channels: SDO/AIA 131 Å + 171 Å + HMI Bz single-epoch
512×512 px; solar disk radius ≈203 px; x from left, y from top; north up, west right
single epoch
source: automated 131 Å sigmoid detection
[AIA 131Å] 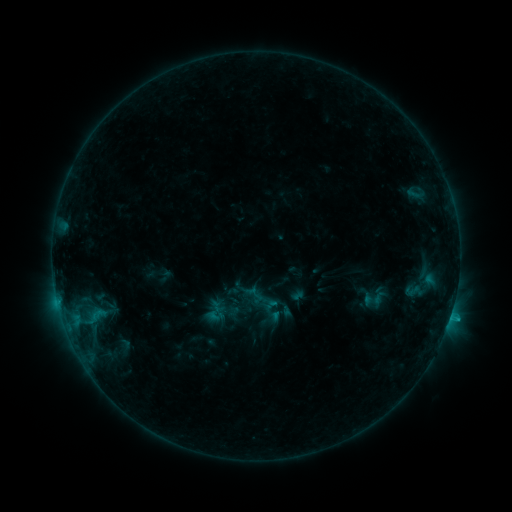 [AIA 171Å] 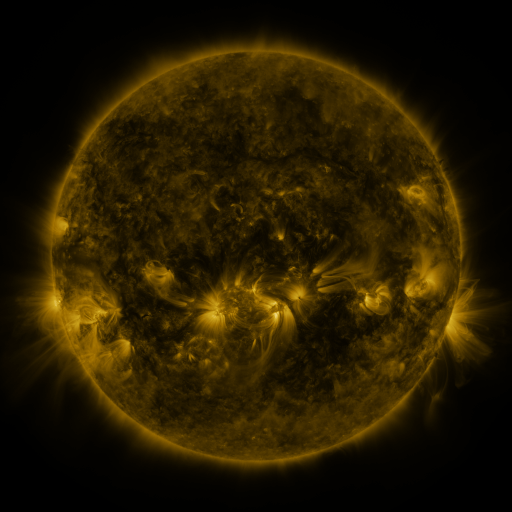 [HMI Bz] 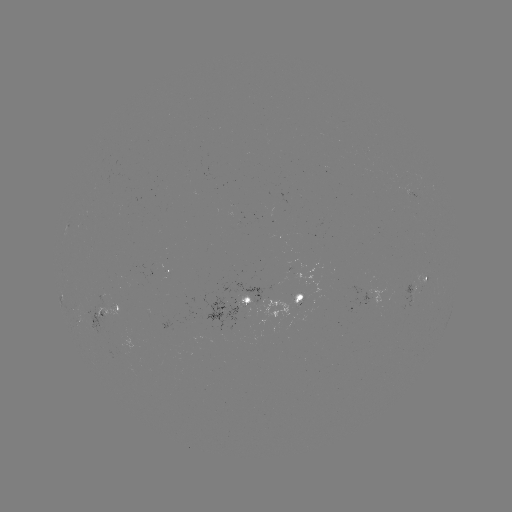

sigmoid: (404, 282, 419, 299)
